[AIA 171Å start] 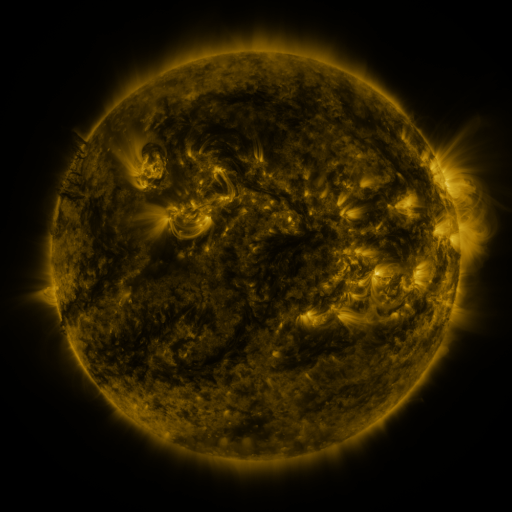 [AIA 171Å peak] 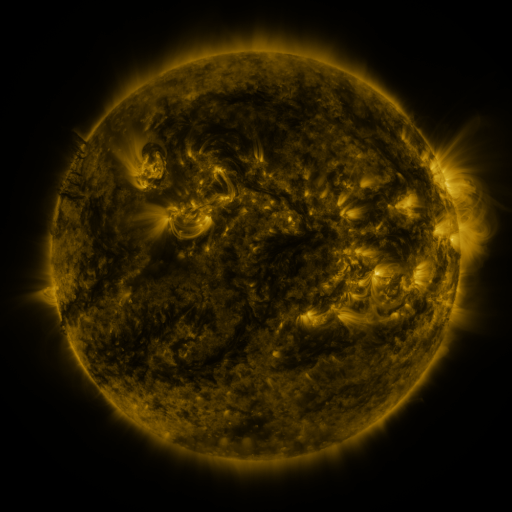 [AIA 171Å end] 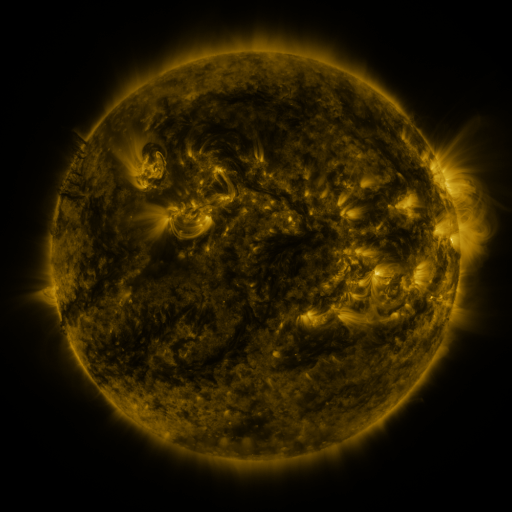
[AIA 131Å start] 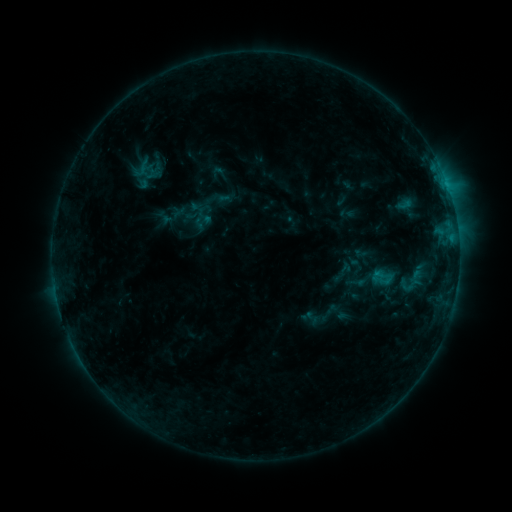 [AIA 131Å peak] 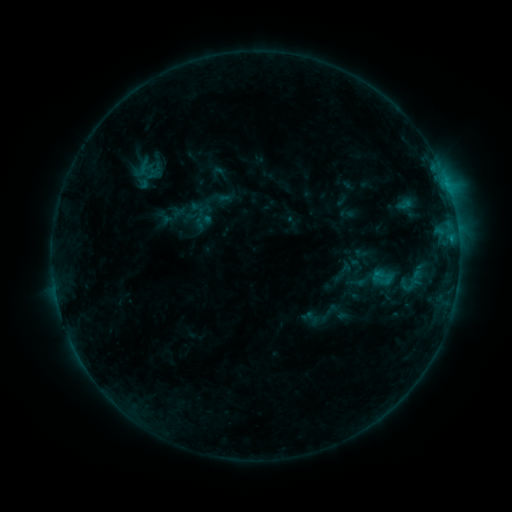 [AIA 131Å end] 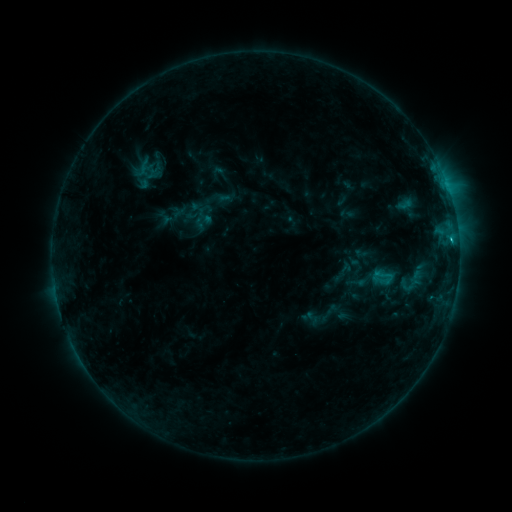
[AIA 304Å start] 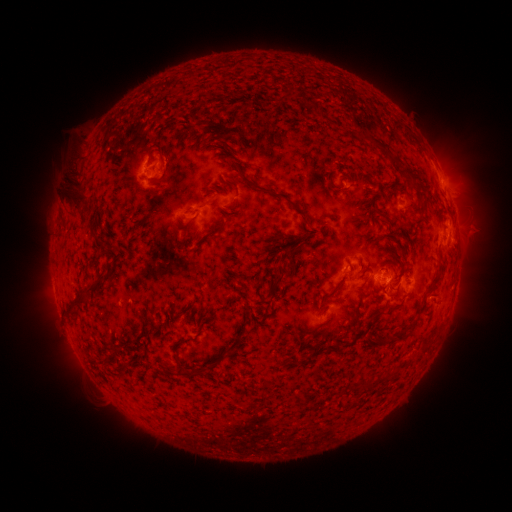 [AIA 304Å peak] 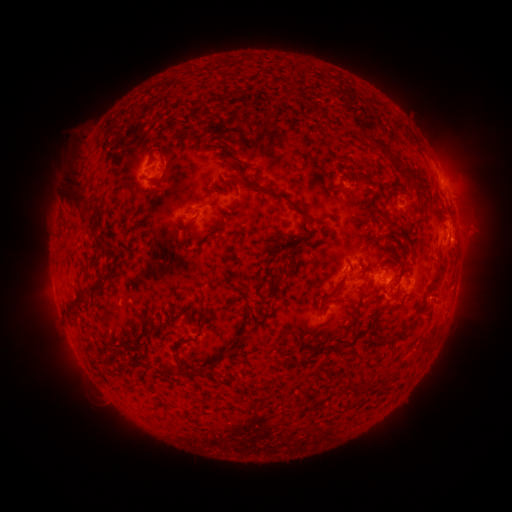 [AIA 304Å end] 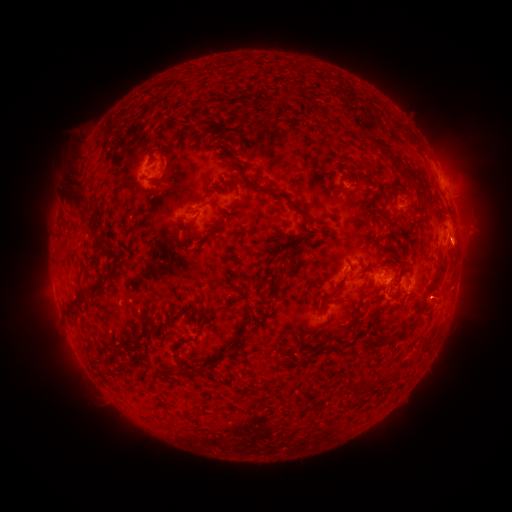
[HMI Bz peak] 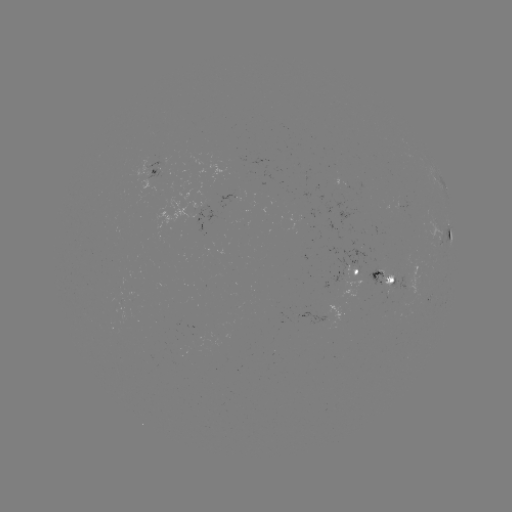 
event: flare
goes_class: B8.4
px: (446, 185)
